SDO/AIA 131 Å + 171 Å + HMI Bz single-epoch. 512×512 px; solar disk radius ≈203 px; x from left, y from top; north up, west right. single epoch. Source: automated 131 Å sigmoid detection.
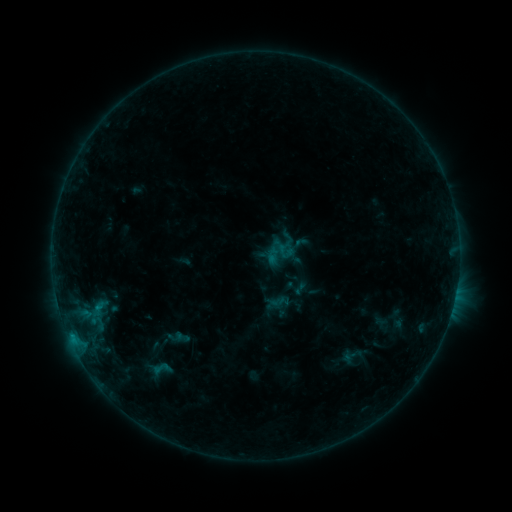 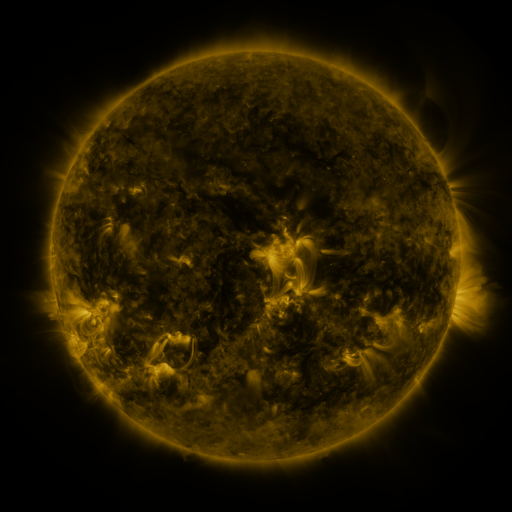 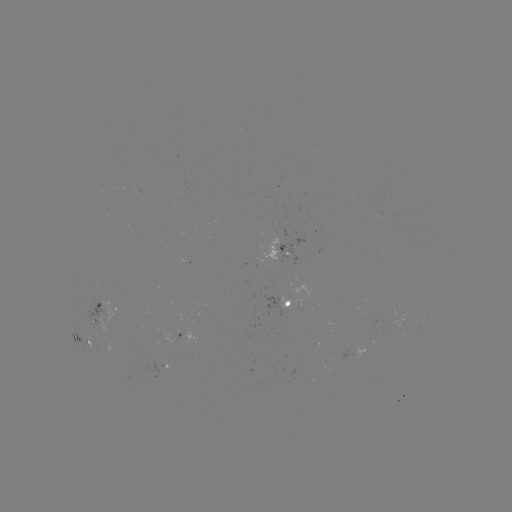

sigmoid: [147, 358, 175, 378]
